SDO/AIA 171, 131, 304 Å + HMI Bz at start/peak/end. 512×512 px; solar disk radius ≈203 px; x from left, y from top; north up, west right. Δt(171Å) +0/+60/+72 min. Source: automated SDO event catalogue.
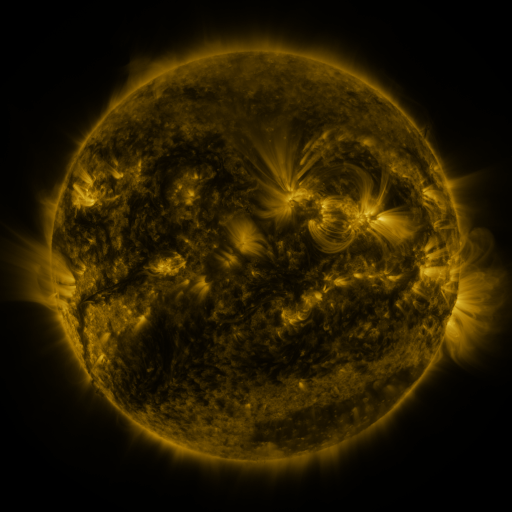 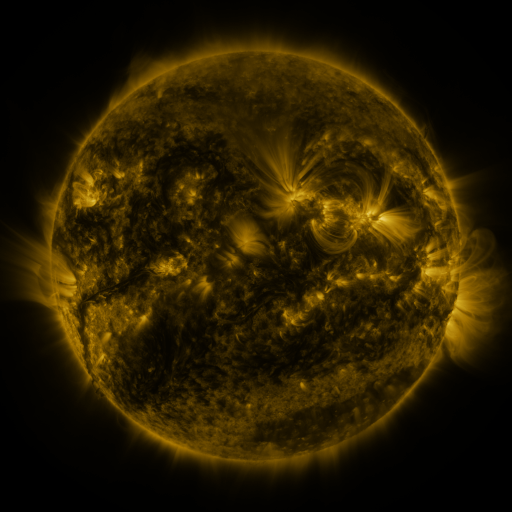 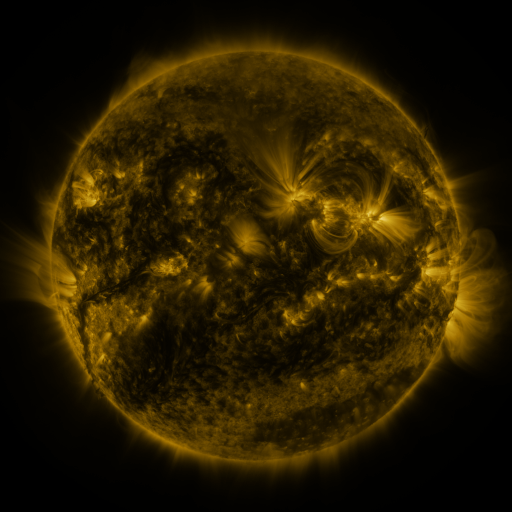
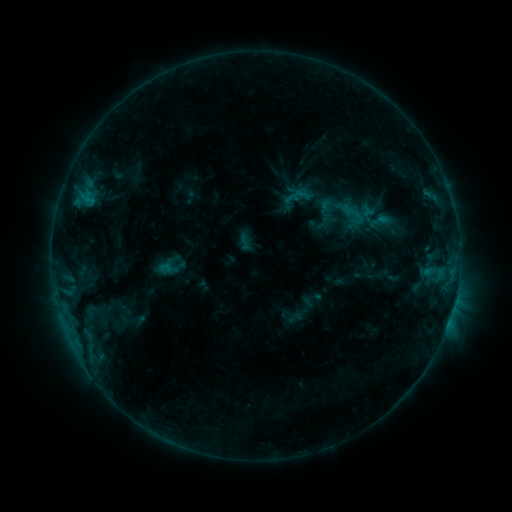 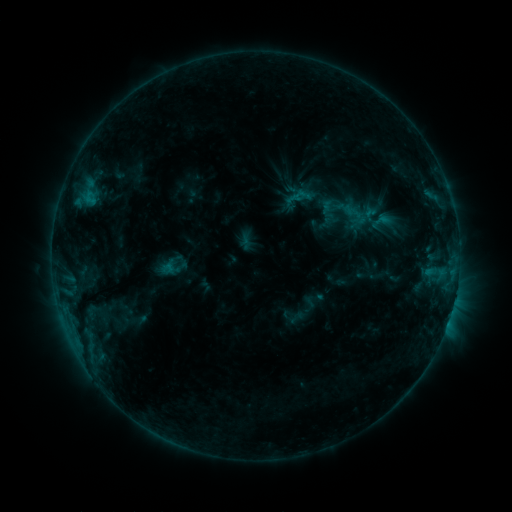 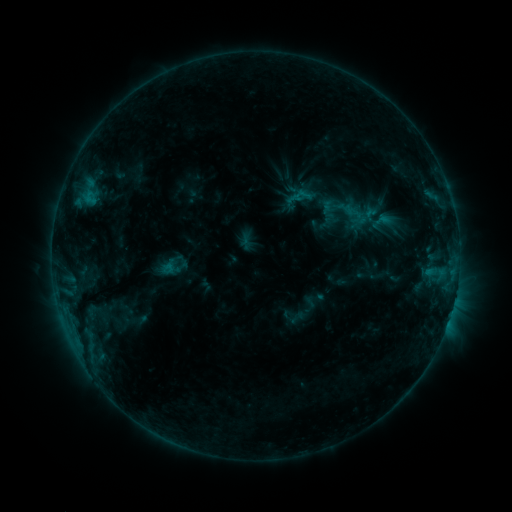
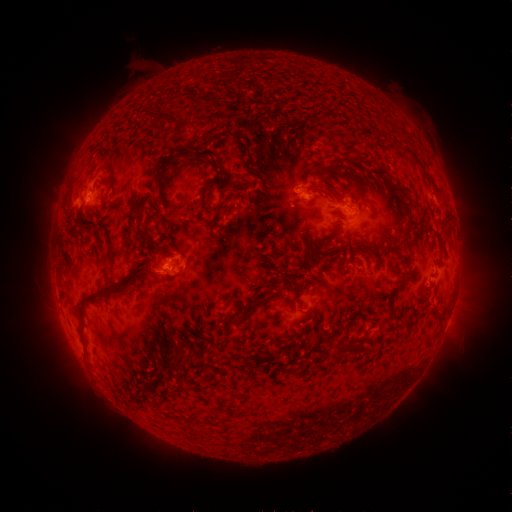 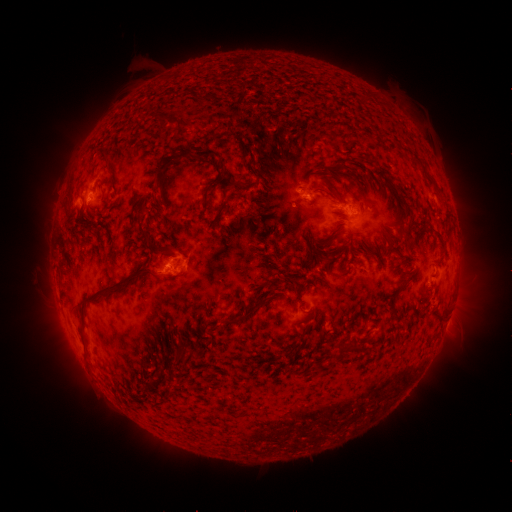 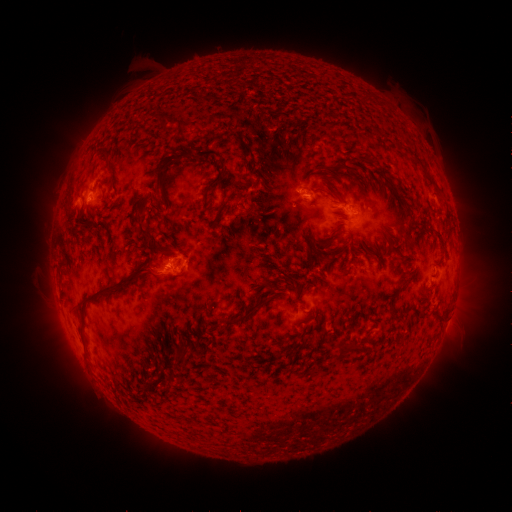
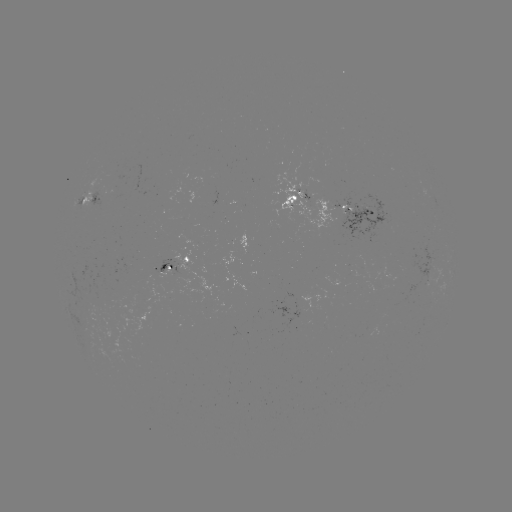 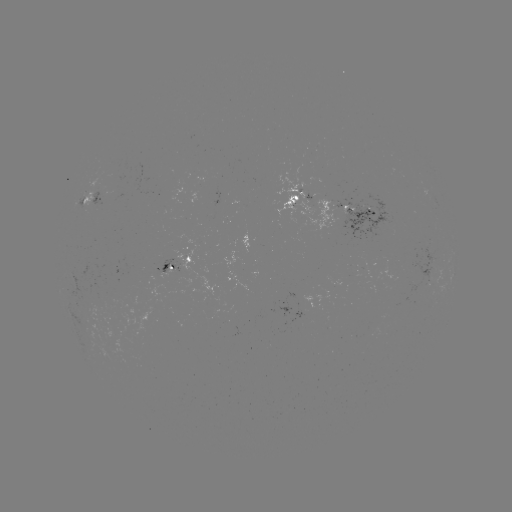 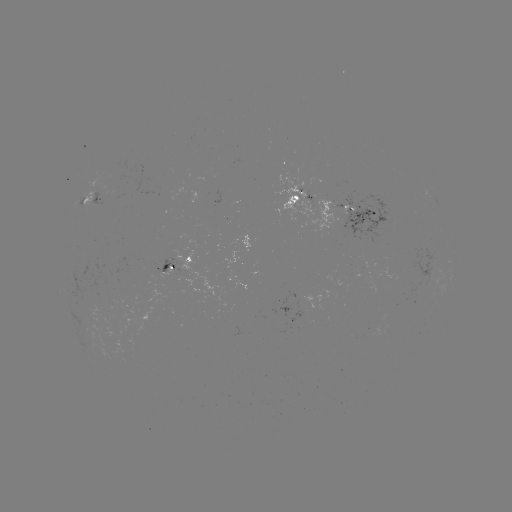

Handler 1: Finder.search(emerging-flux region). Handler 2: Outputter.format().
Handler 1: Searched emerging-flux region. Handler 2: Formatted (172, 267).